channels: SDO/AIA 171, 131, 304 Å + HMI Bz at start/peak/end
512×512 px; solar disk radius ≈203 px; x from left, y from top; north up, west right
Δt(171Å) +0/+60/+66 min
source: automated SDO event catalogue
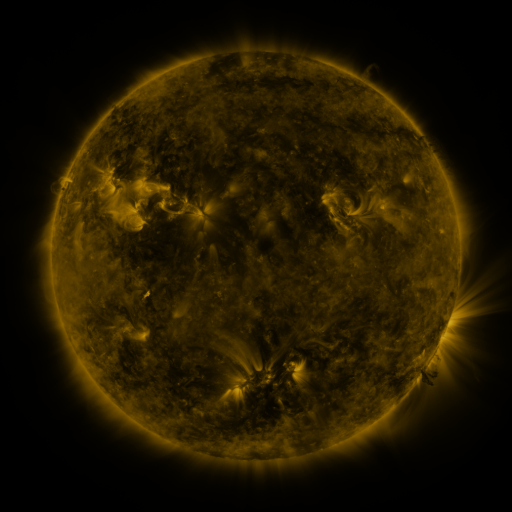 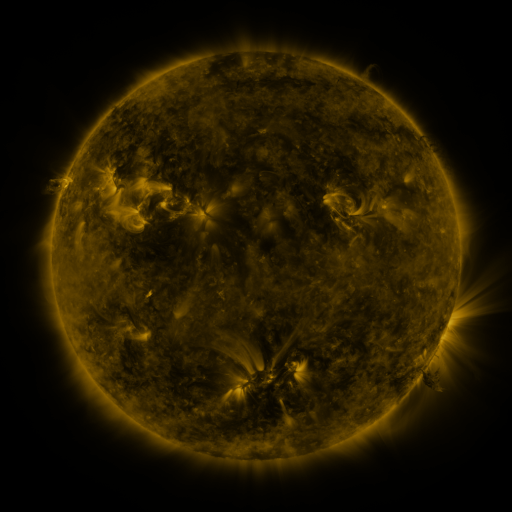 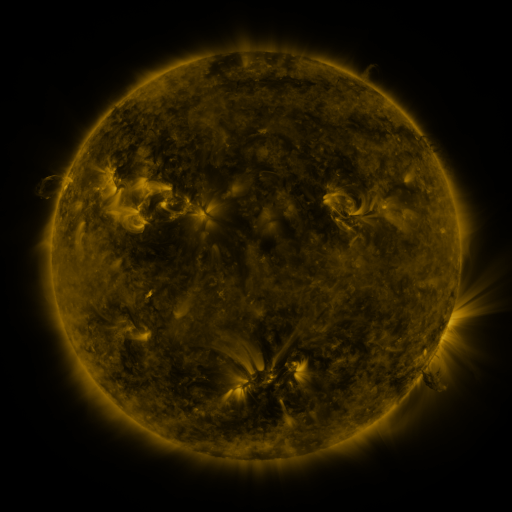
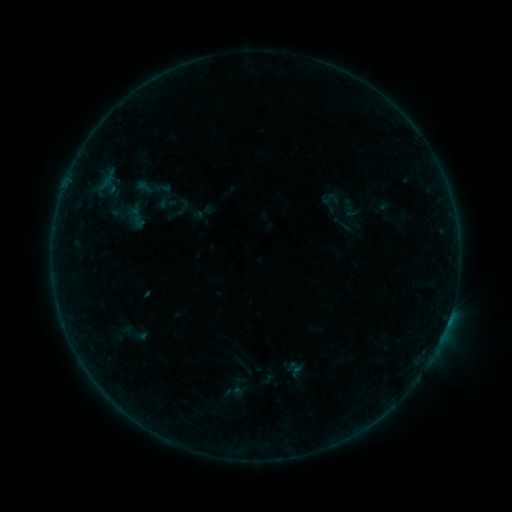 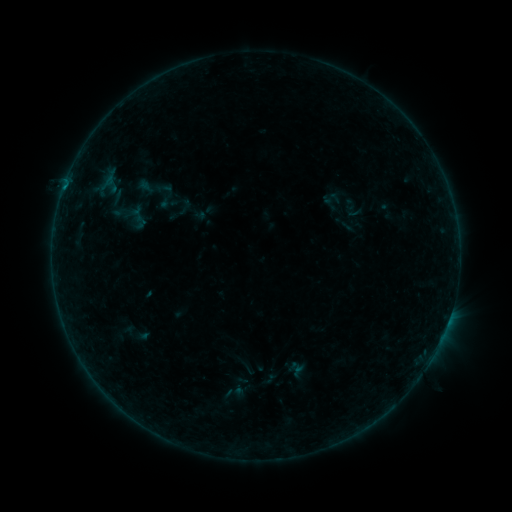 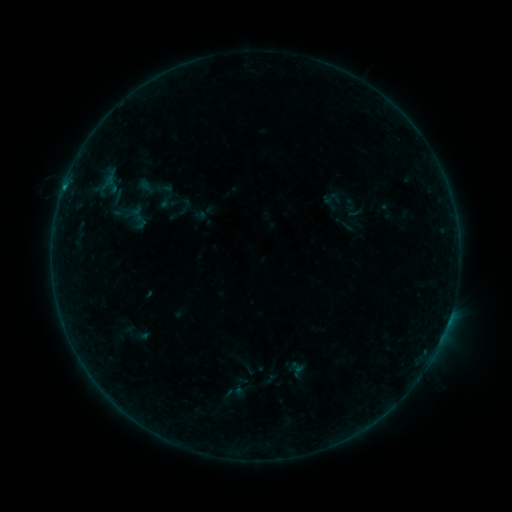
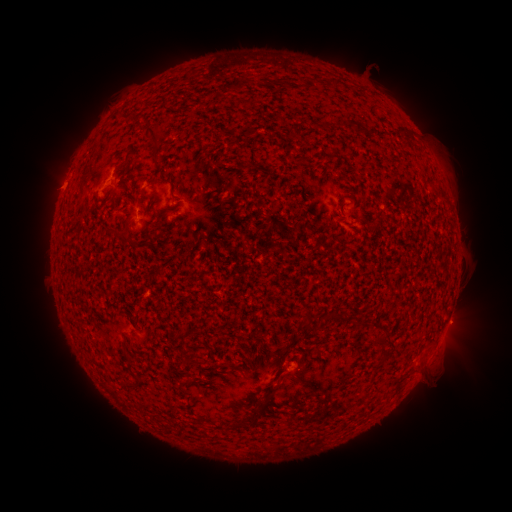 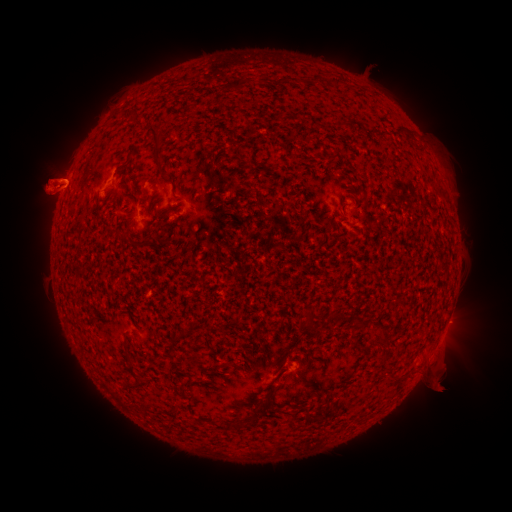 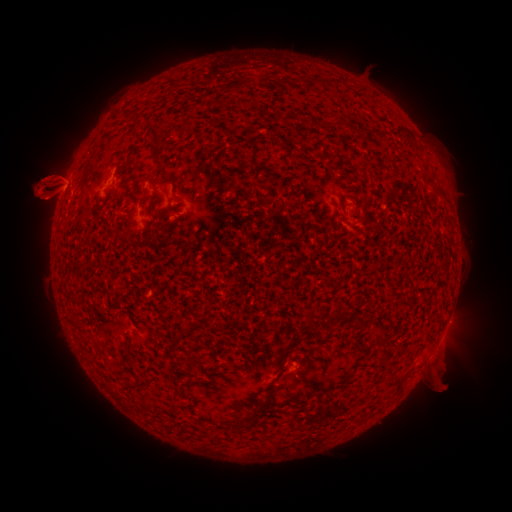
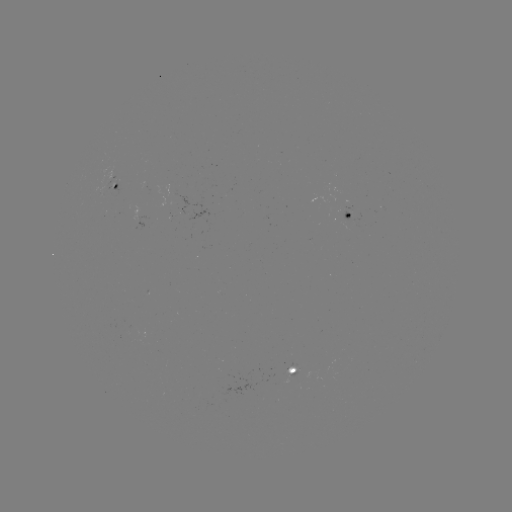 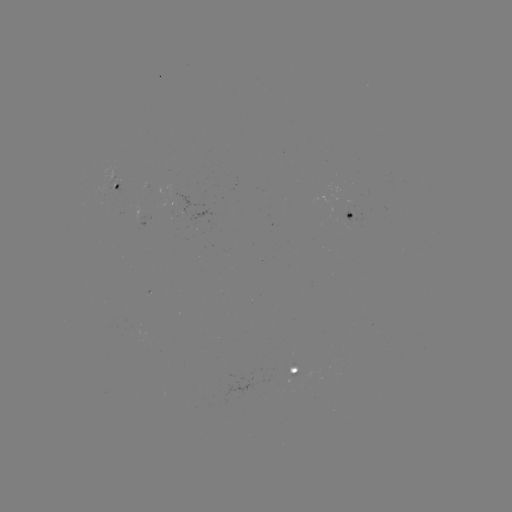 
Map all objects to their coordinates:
B2.1 flare: (63, 190)
